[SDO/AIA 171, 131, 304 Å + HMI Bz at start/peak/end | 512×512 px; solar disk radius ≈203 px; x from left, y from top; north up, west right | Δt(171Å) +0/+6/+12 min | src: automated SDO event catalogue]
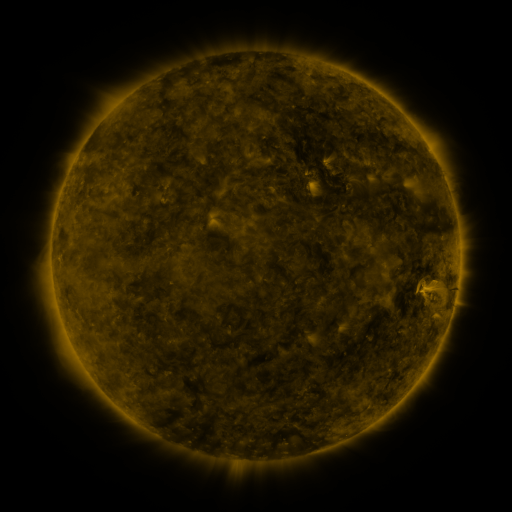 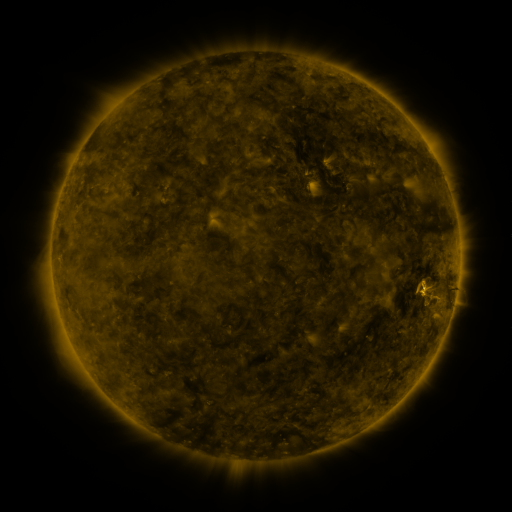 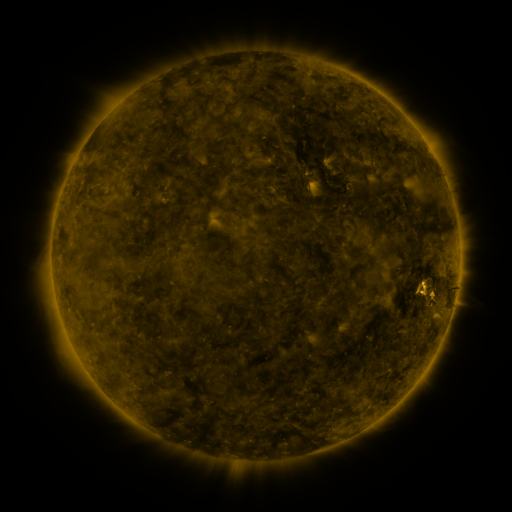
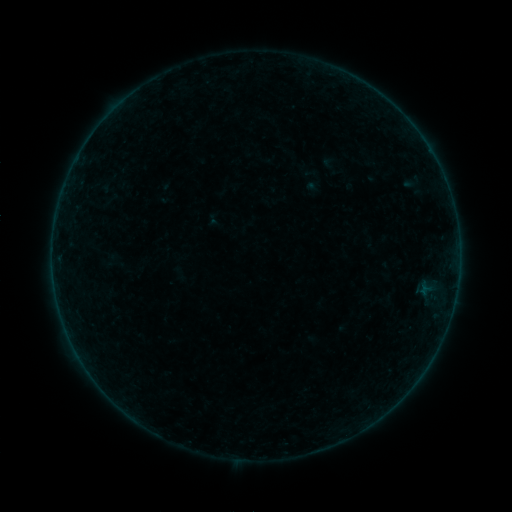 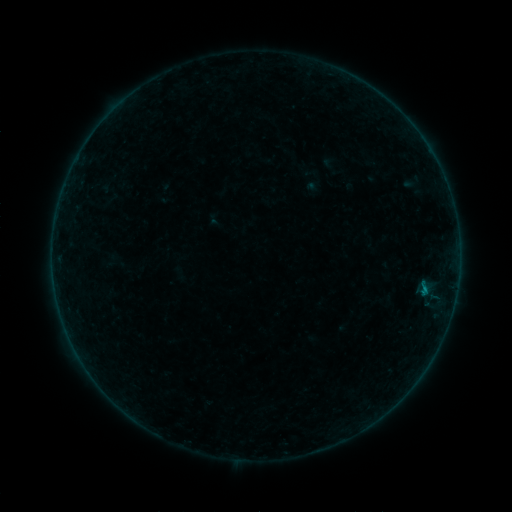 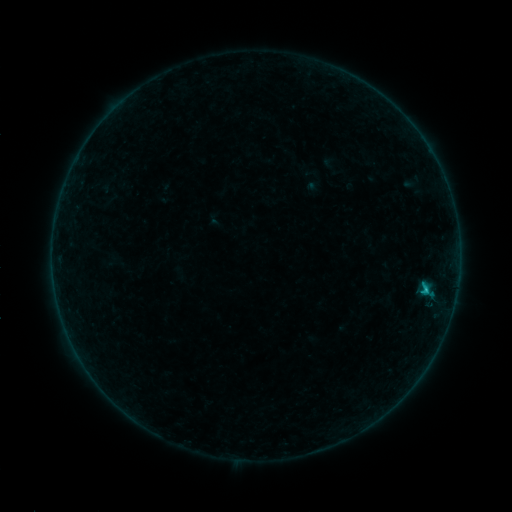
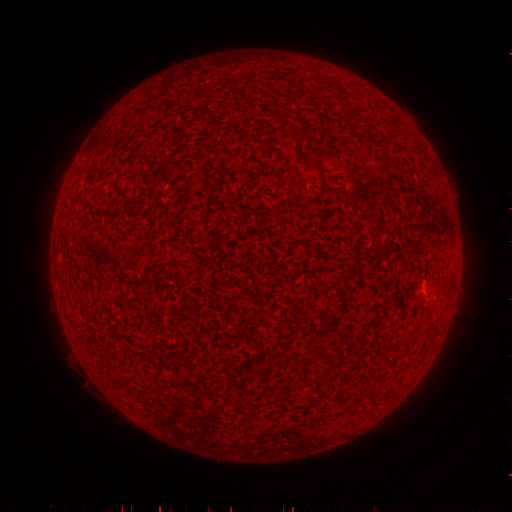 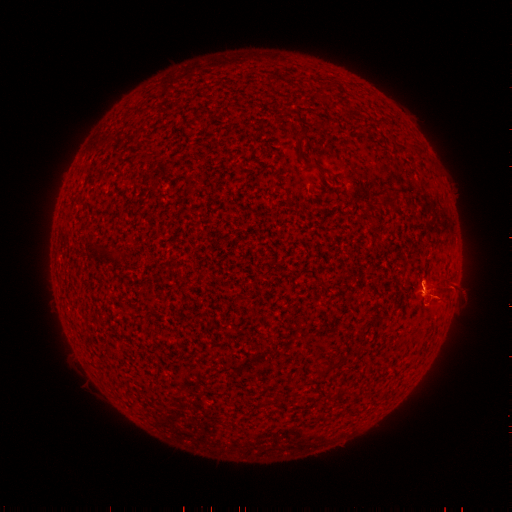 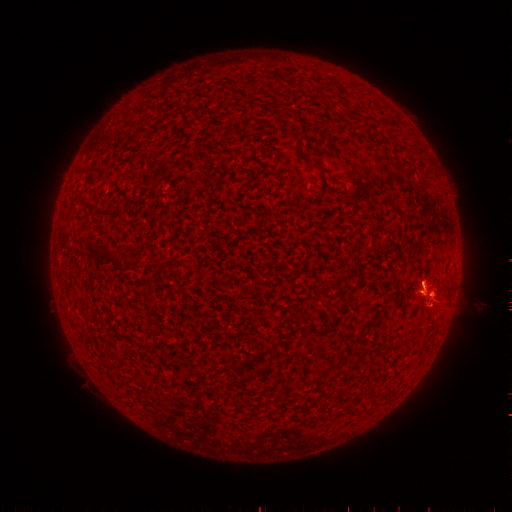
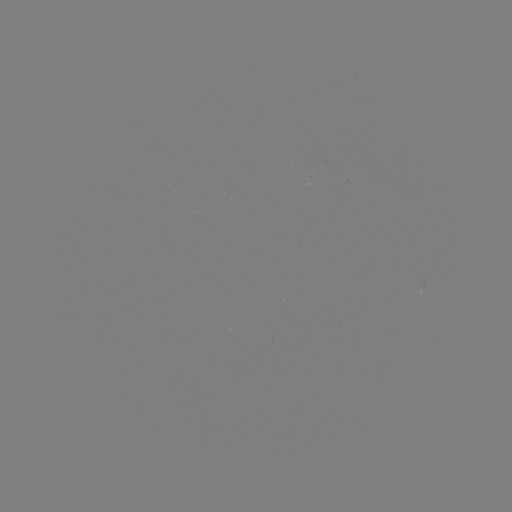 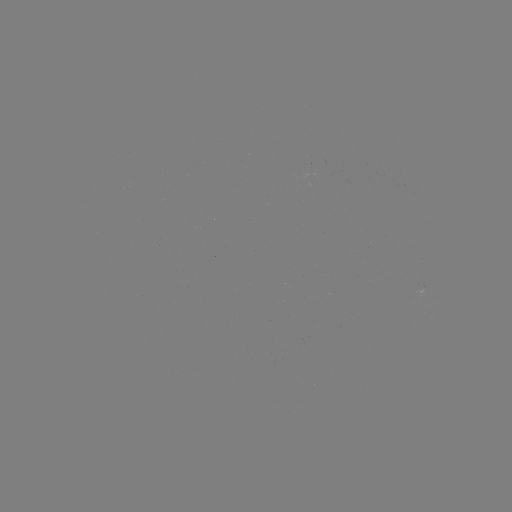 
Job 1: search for eruption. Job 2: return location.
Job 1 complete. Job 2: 444,292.